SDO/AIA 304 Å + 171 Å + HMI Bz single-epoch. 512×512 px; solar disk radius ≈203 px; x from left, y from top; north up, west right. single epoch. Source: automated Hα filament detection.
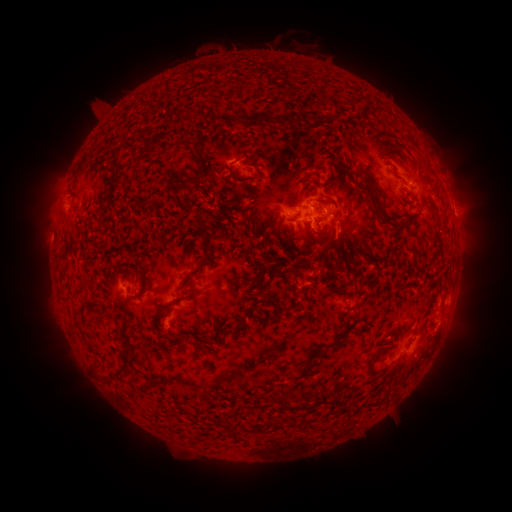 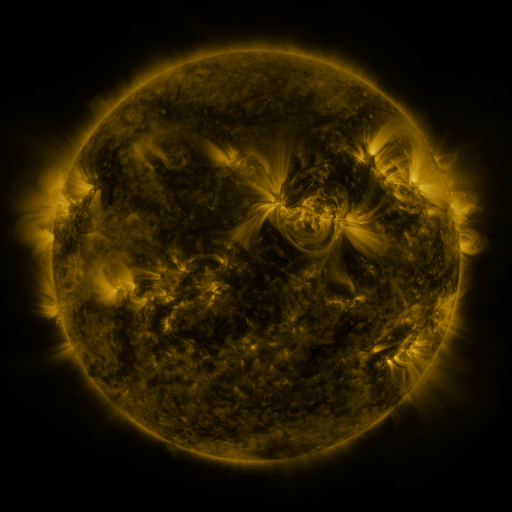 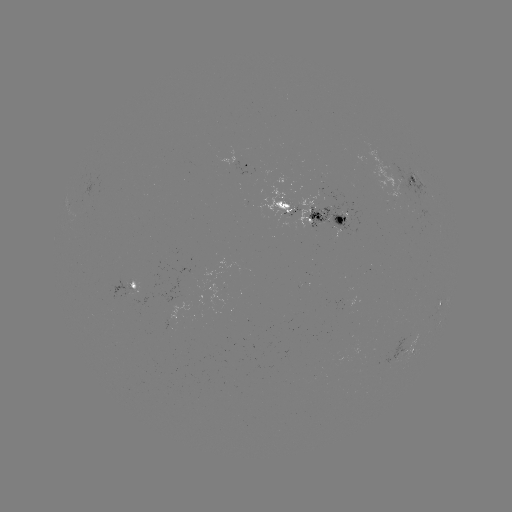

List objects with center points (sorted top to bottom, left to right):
filament: (378, 106)
filament: (289, 115)
filament: (243, 117)
filament: (198, 174)
filament: (262, 176)
filament: (283, 204)
filament: (249, 224)
filament: (331, 241)
filament: (202, 265)
filament: (264, 296)
filament: (159, 309)
filament: (195, 344)
filament: (118, 376)
filament: (198, 438)
